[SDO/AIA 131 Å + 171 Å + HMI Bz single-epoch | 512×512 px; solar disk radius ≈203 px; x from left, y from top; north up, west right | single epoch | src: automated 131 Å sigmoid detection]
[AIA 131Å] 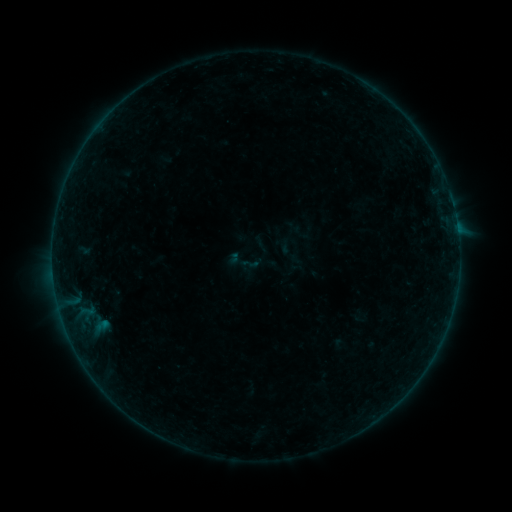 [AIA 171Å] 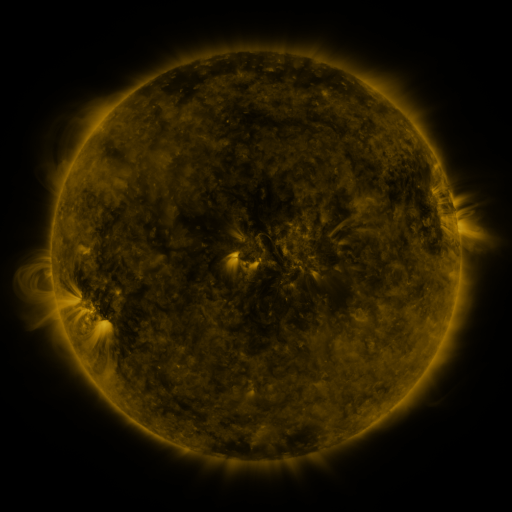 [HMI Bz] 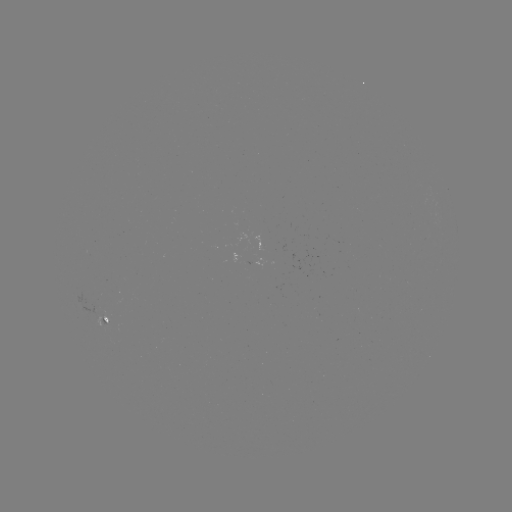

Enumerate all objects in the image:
sigmoid: (240, 254, 259, 273)
